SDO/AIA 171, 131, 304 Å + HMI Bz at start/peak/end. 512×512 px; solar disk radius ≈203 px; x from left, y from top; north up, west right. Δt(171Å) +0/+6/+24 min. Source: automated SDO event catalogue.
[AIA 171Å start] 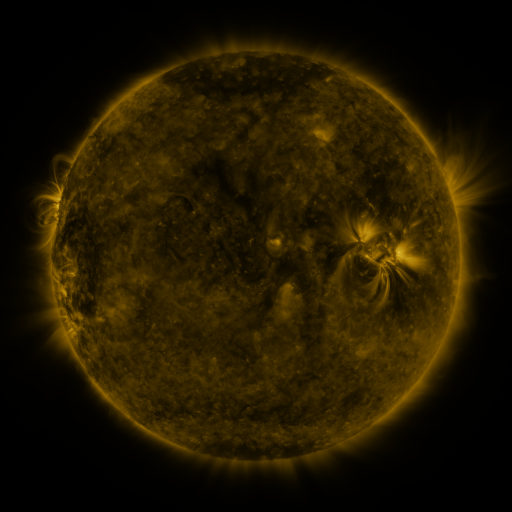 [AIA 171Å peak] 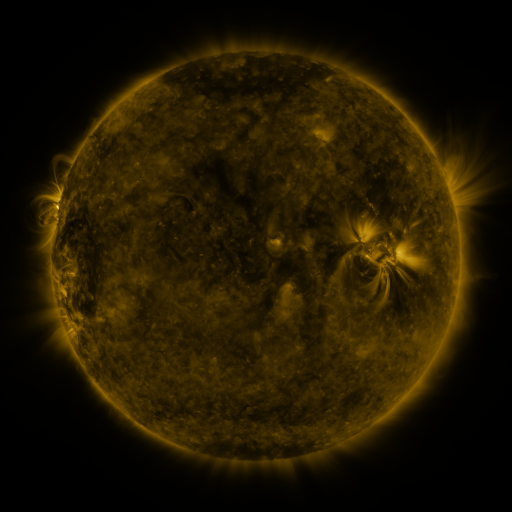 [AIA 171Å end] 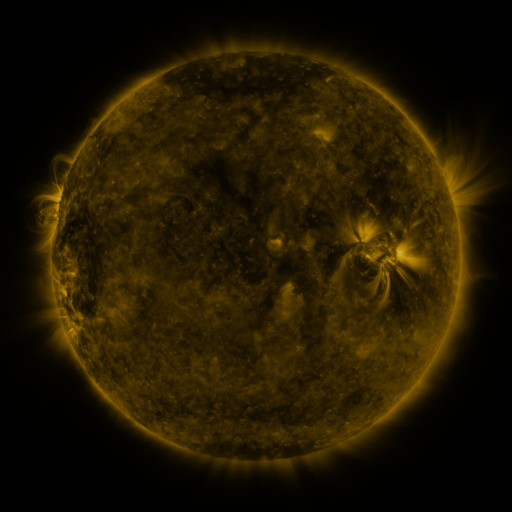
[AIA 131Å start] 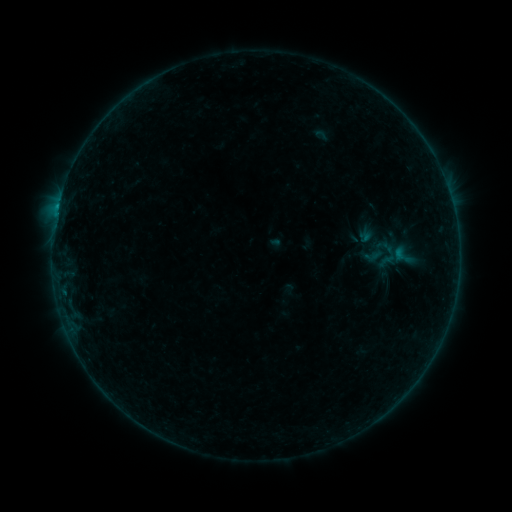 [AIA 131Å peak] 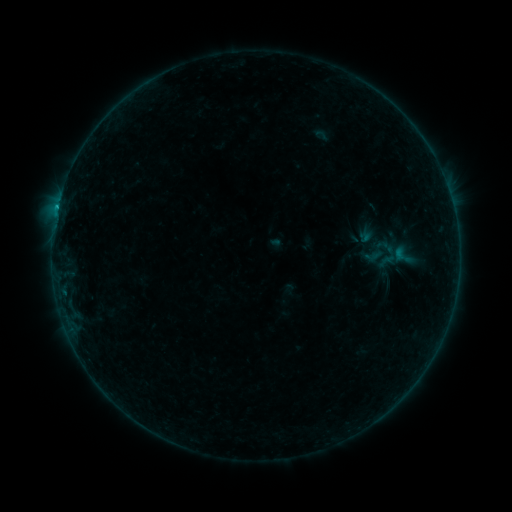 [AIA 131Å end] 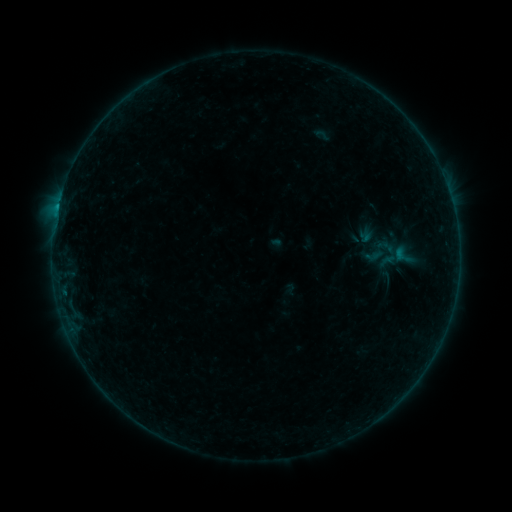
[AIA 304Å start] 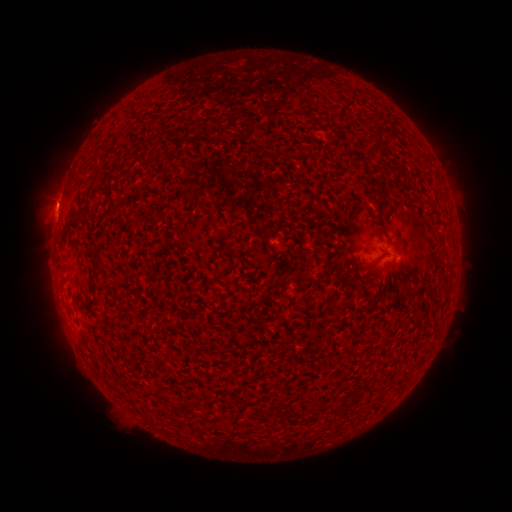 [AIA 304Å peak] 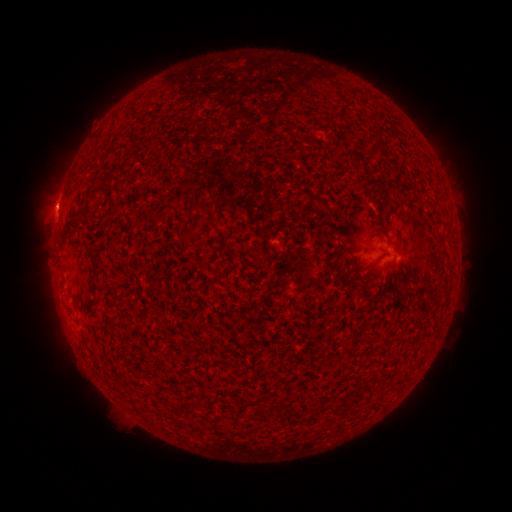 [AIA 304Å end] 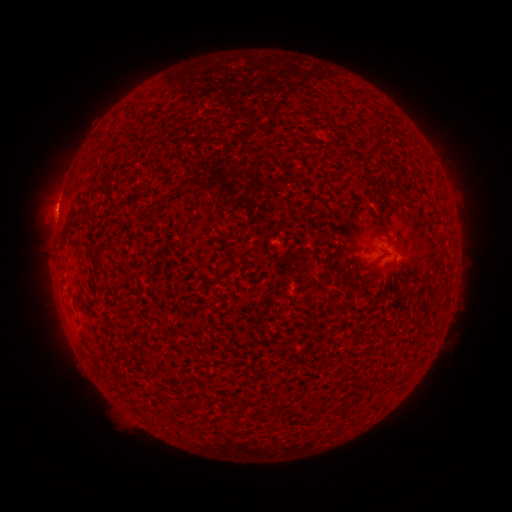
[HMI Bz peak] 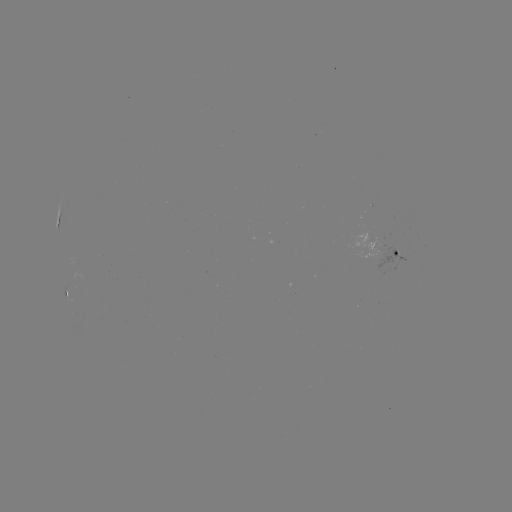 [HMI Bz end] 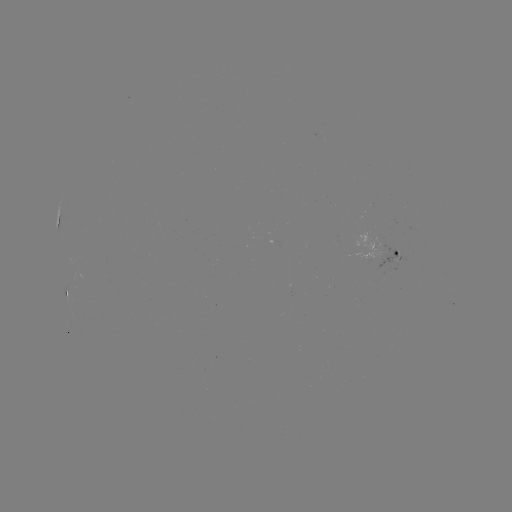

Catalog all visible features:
B4.1 flare: (58, 211)
